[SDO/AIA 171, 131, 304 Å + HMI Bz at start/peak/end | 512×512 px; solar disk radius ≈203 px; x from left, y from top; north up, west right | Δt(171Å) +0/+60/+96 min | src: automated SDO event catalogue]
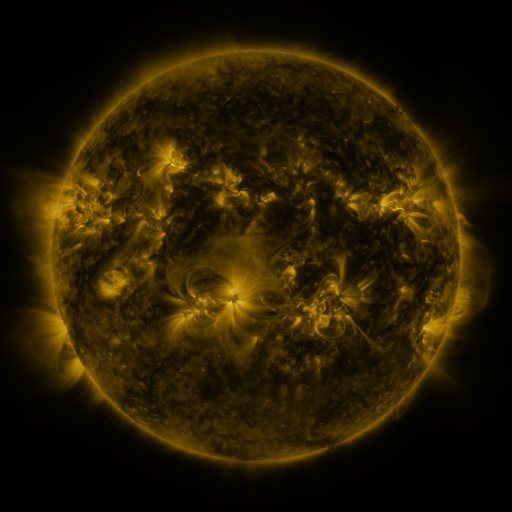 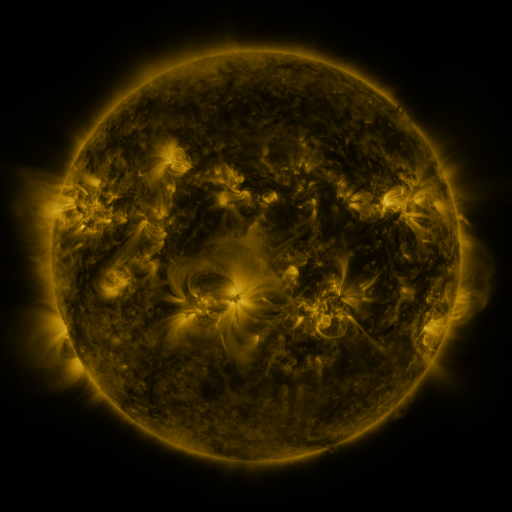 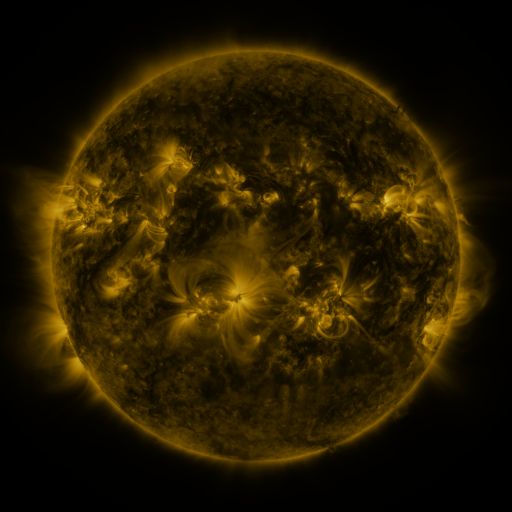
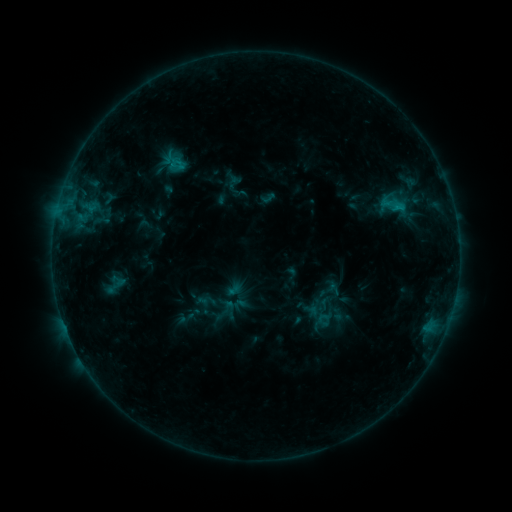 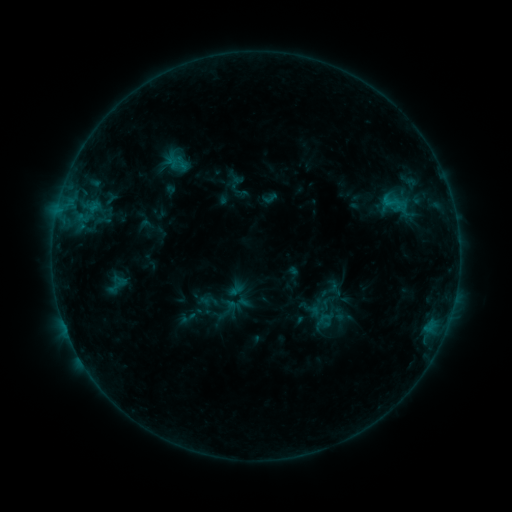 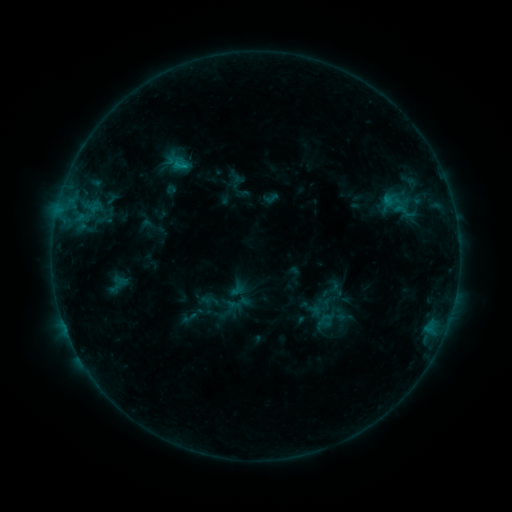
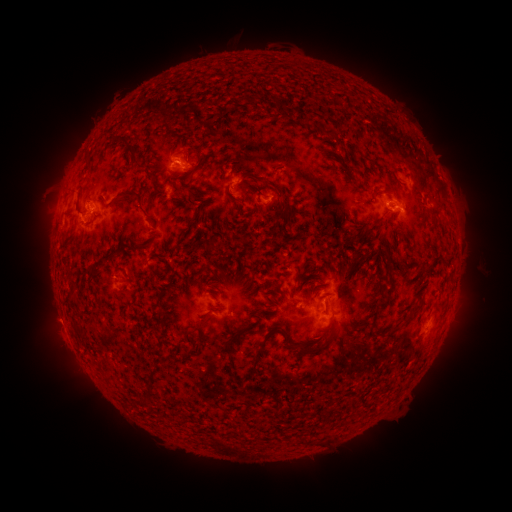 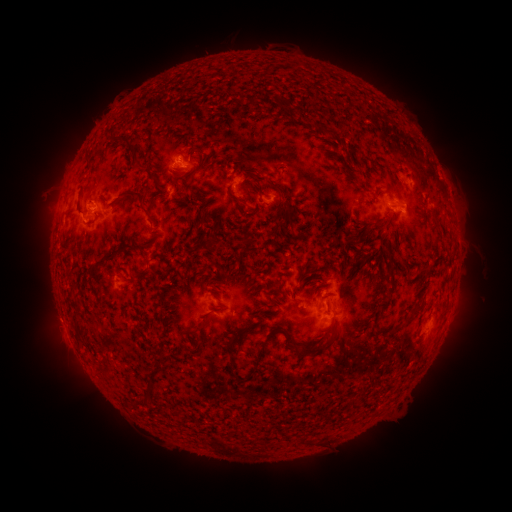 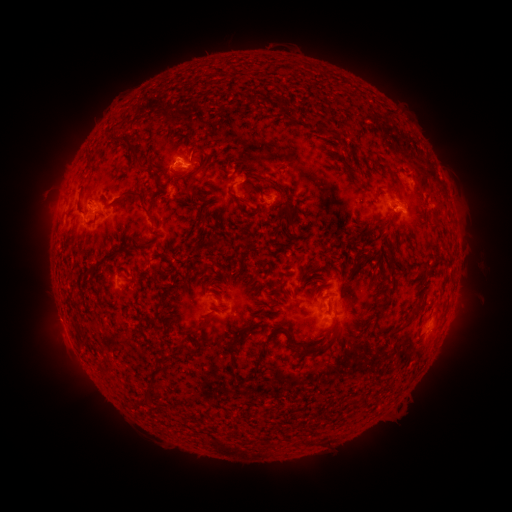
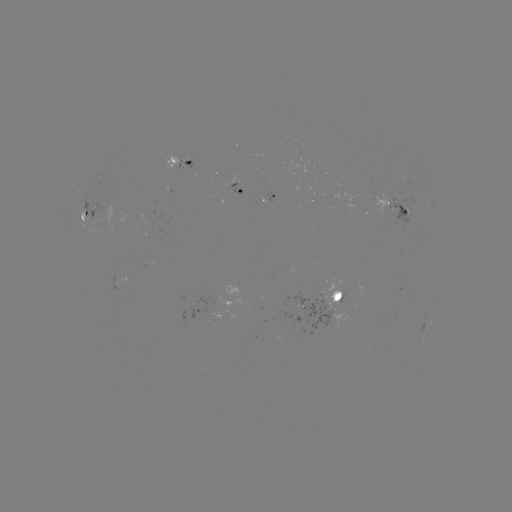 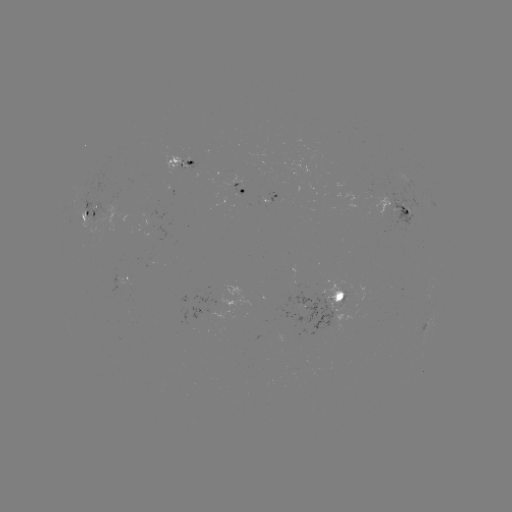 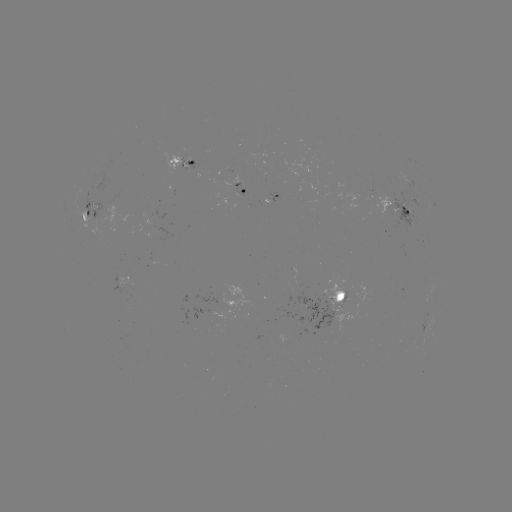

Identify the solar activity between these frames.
emerging-flux region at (261, 198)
